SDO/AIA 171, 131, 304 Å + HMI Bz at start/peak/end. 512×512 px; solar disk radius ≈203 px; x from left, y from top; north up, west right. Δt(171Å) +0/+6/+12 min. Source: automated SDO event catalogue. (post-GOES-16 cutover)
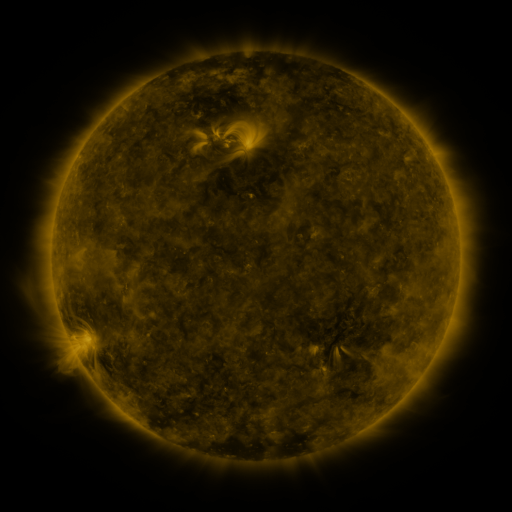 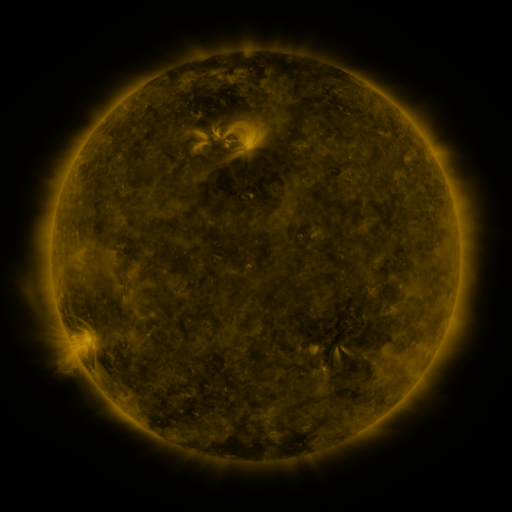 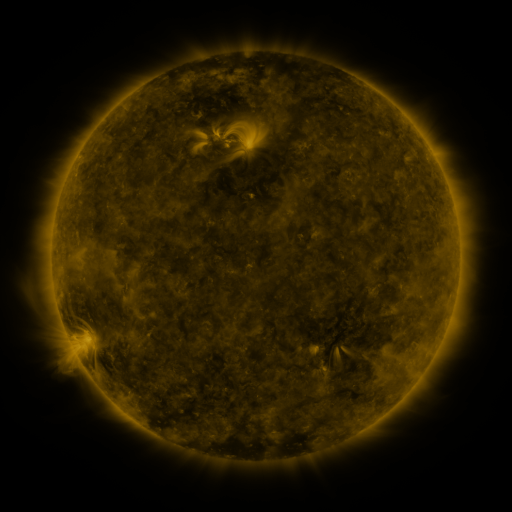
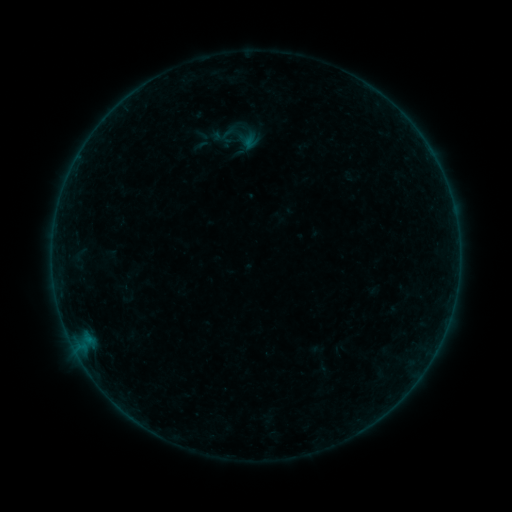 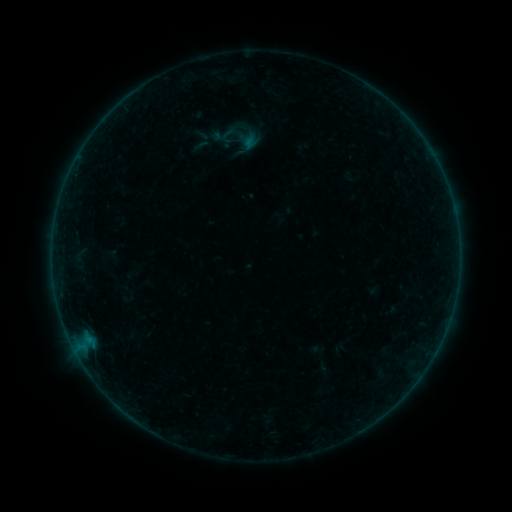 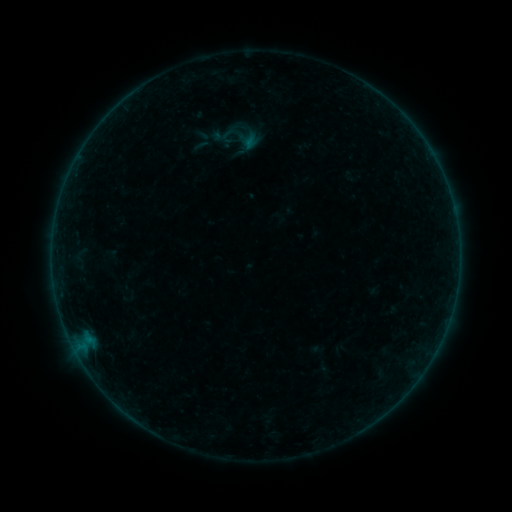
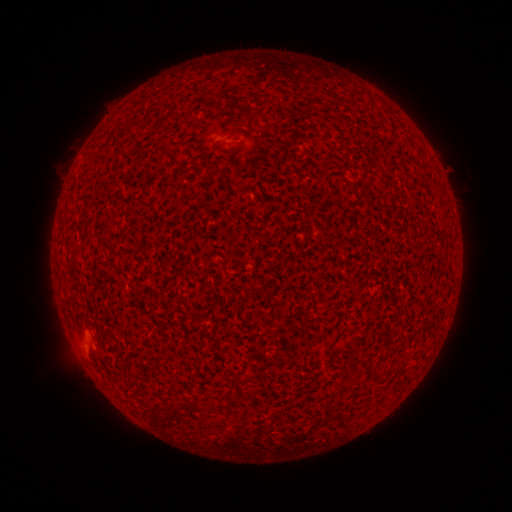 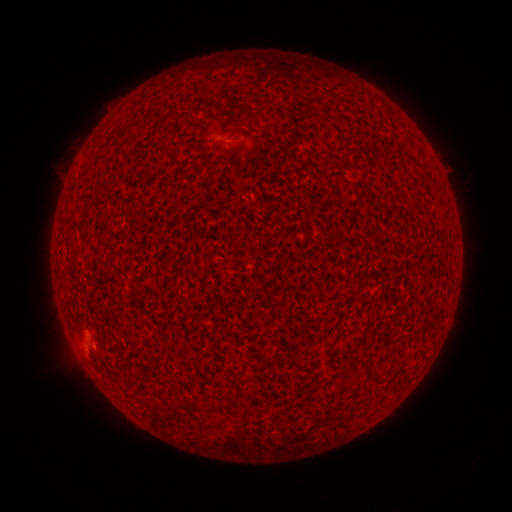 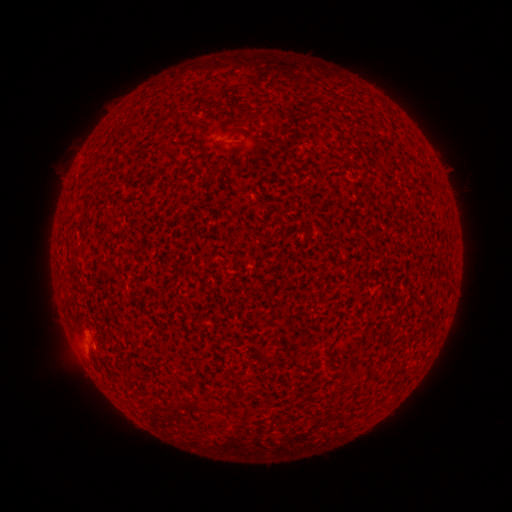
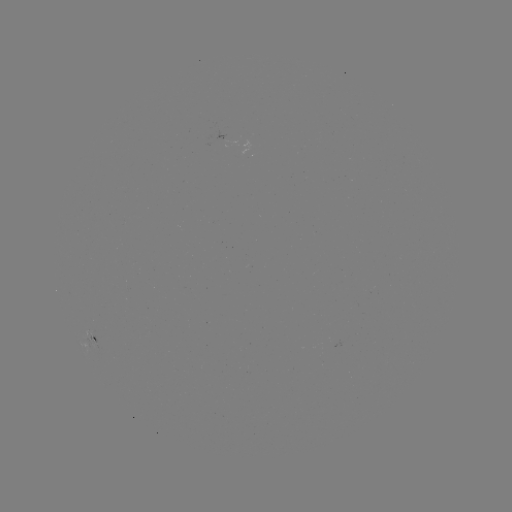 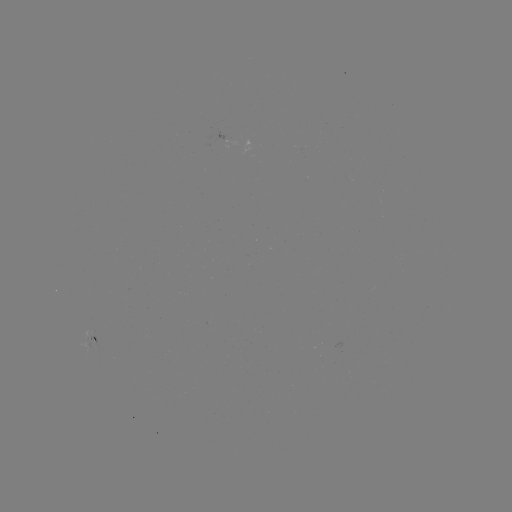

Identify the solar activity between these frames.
A4.9 flare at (94, 344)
